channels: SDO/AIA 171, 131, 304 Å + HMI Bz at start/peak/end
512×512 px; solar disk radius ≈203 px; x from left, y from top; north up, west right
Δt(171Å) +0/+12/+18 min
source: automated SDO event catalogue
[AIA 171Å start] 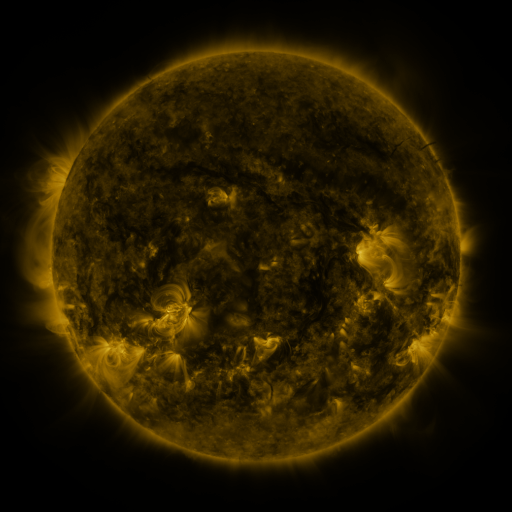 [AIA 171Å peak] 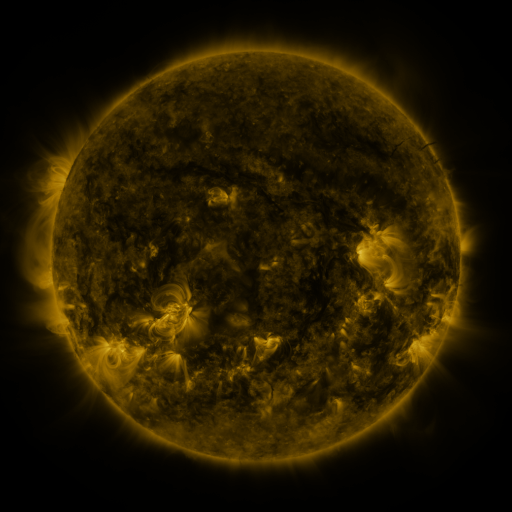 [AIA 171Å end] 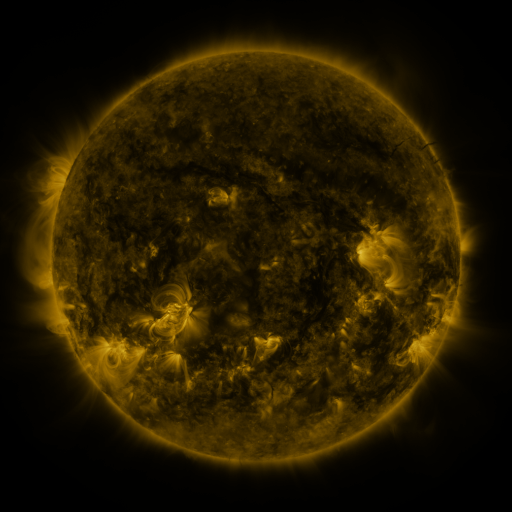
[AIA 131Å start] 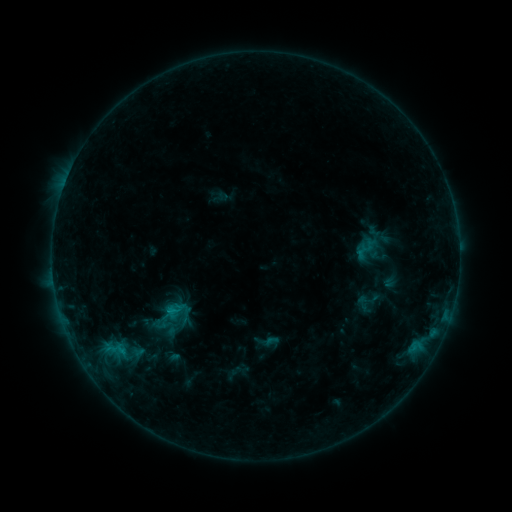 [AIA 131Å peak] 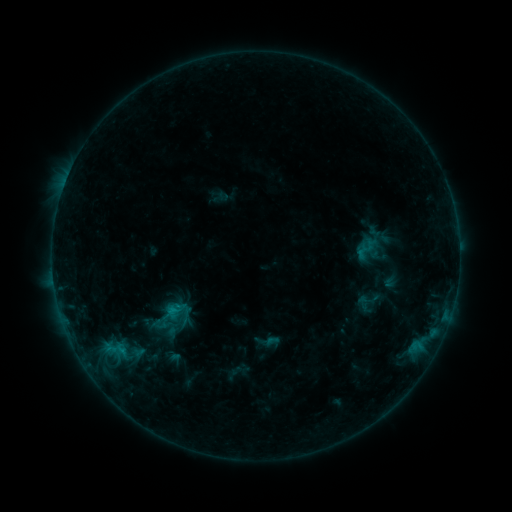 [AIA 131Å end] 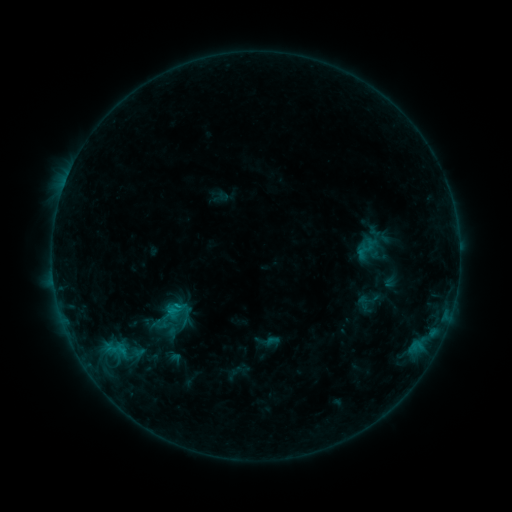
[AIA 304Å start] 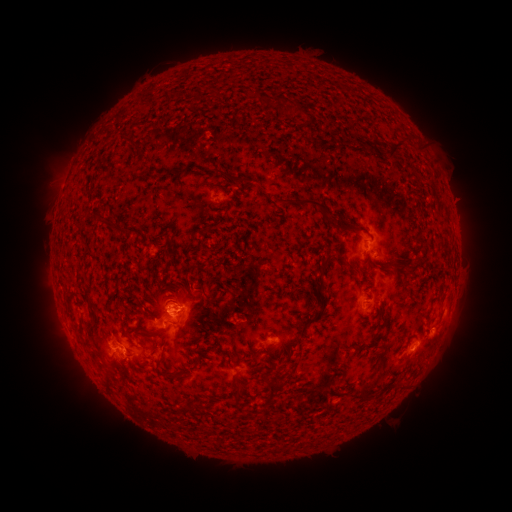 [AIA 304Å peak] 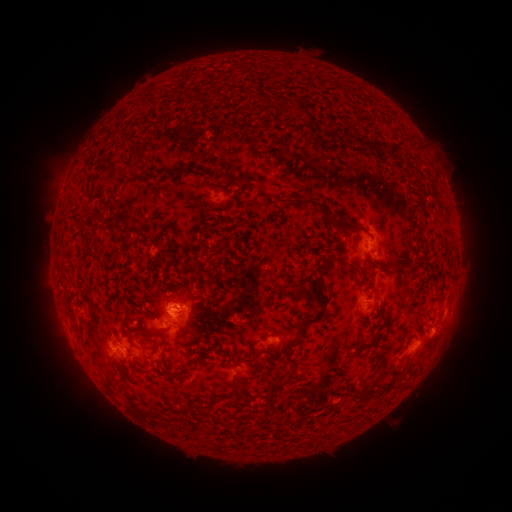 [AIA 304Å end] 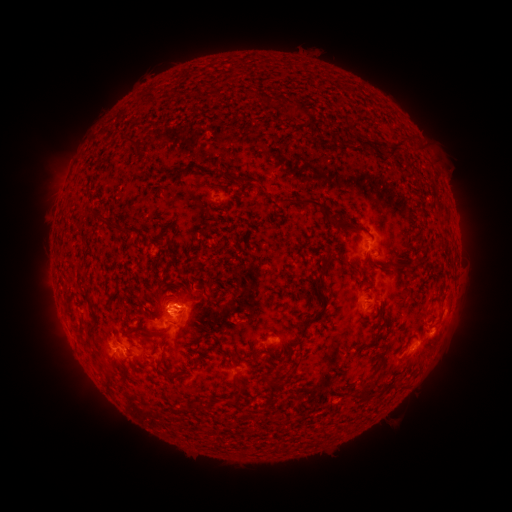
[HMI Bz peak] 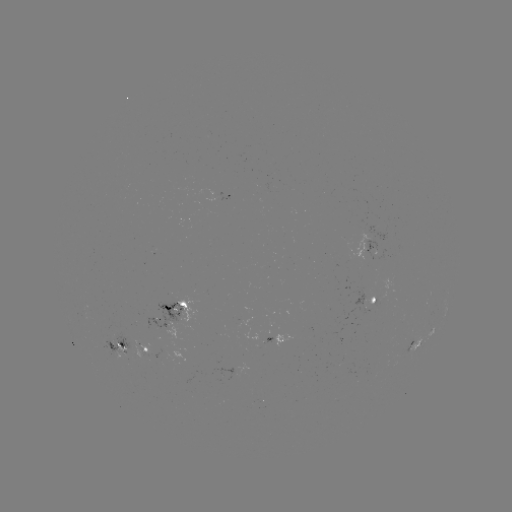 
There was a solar flare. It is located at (174, 307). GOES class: B8.6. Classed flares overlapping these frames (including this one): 1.